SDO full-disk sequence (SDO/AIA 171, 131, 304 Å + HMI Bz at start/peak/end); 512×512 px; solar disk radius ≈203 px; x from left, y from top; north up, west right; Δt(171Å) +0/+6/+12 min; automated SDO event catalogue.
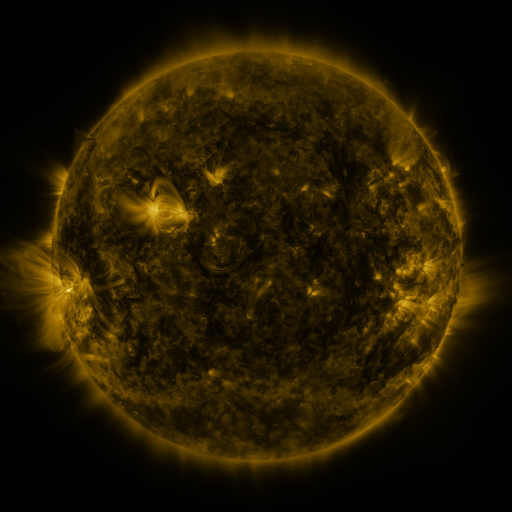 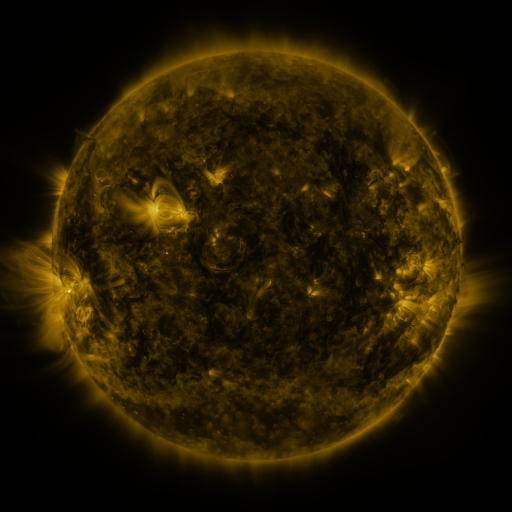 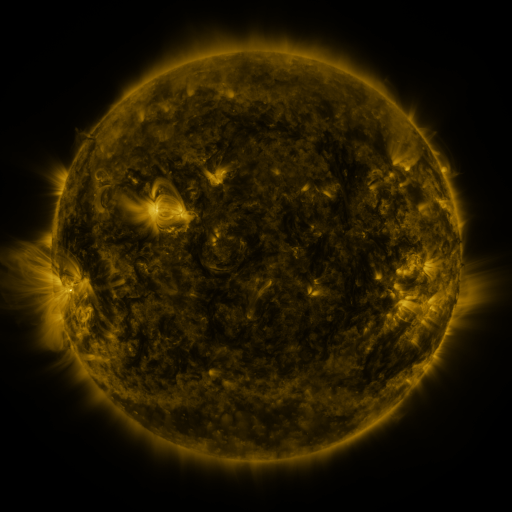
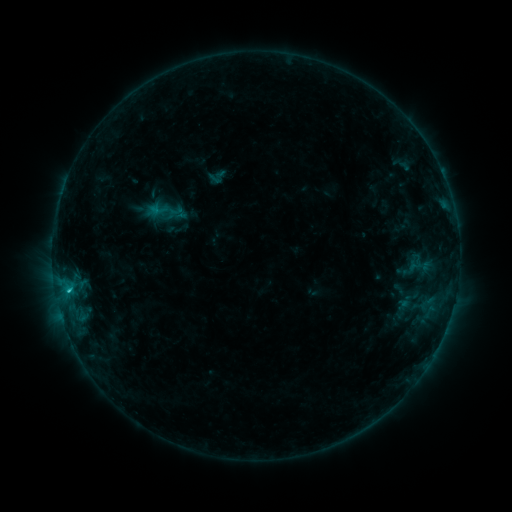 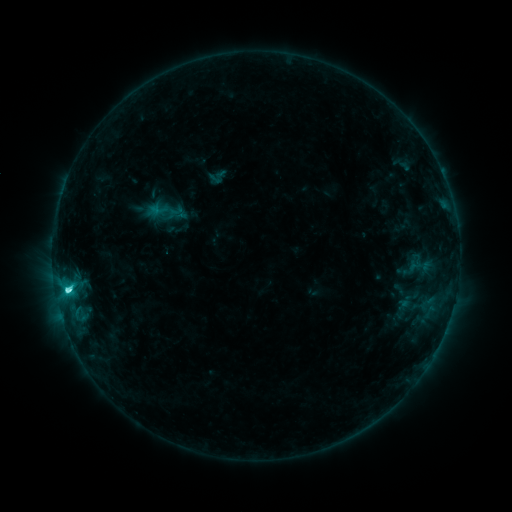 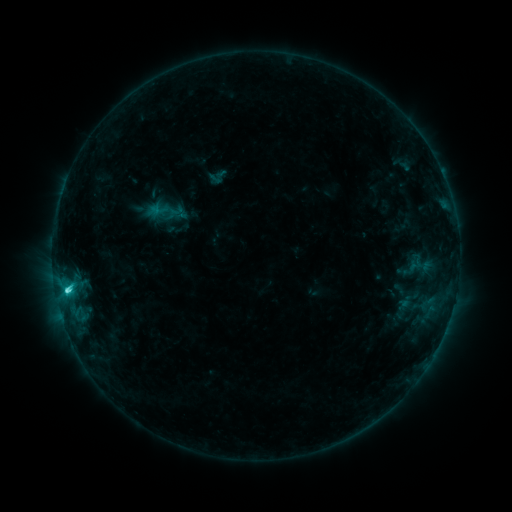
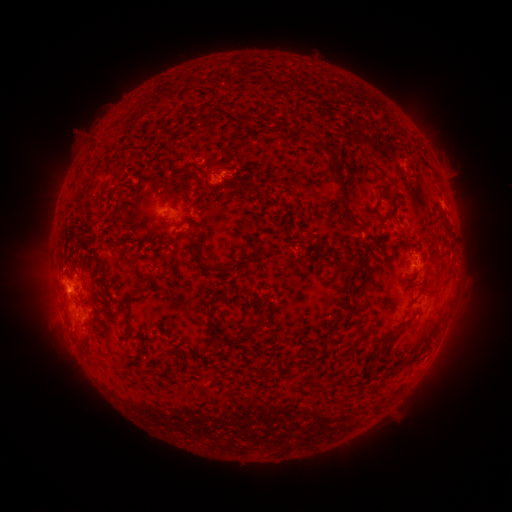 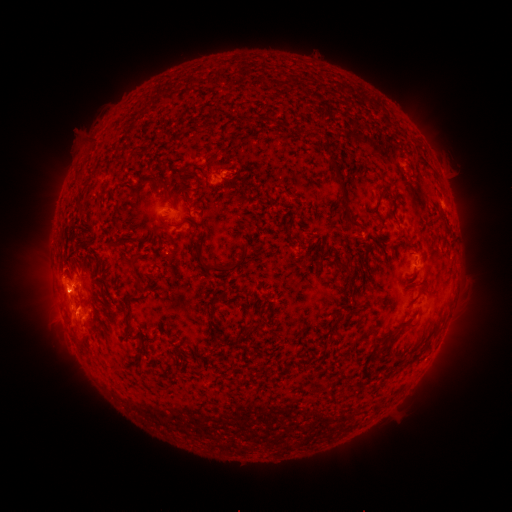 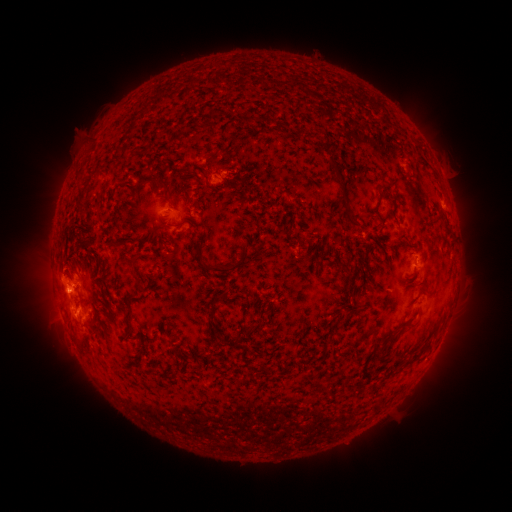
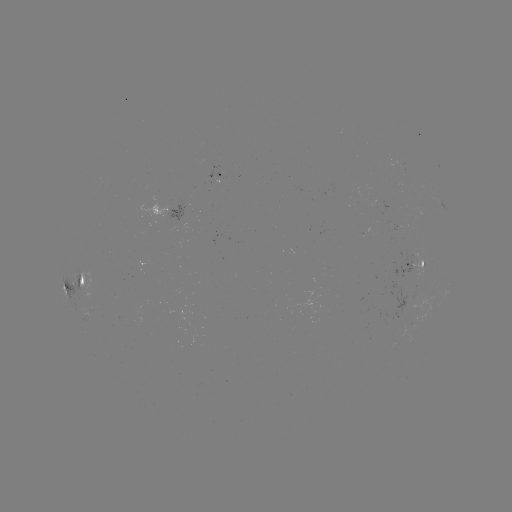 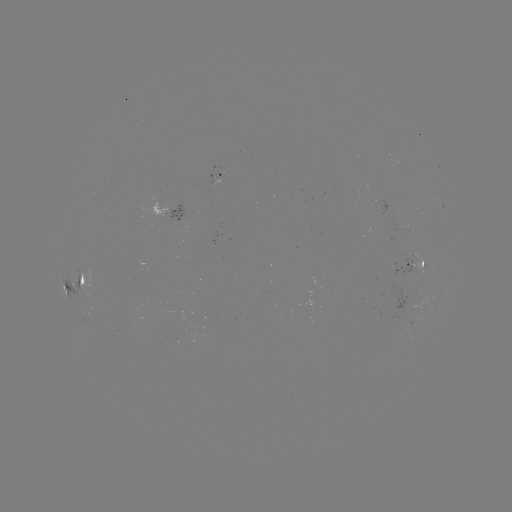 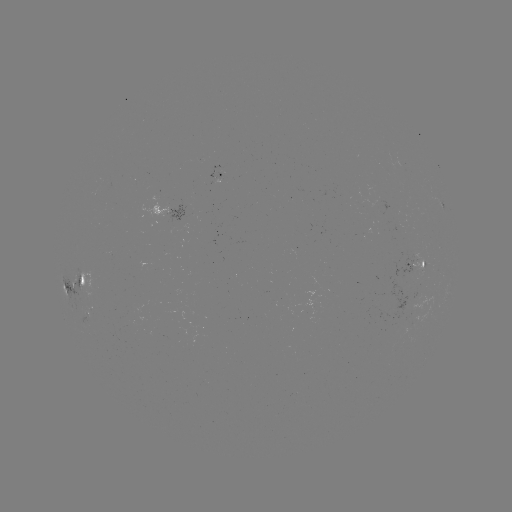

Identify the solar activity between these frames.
C3.7 flare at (69, 288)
